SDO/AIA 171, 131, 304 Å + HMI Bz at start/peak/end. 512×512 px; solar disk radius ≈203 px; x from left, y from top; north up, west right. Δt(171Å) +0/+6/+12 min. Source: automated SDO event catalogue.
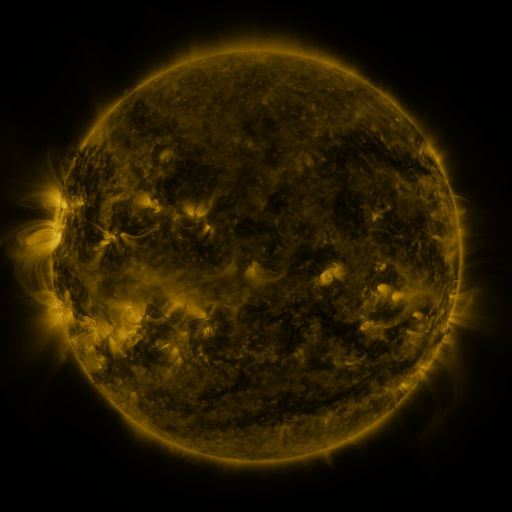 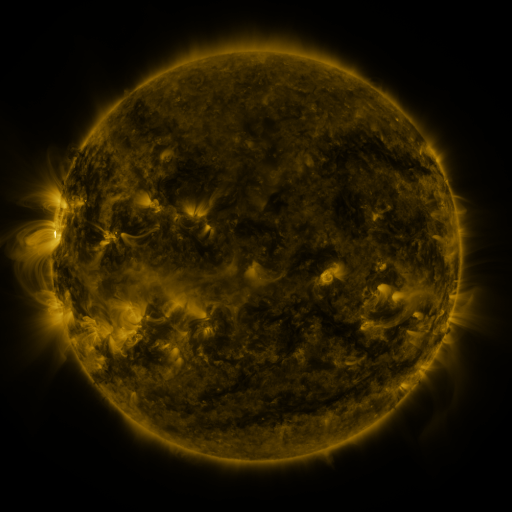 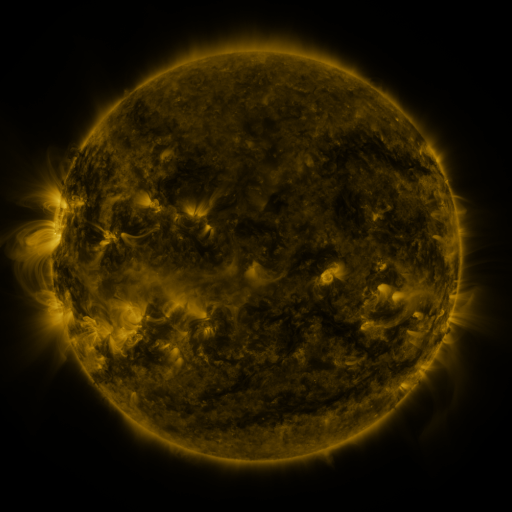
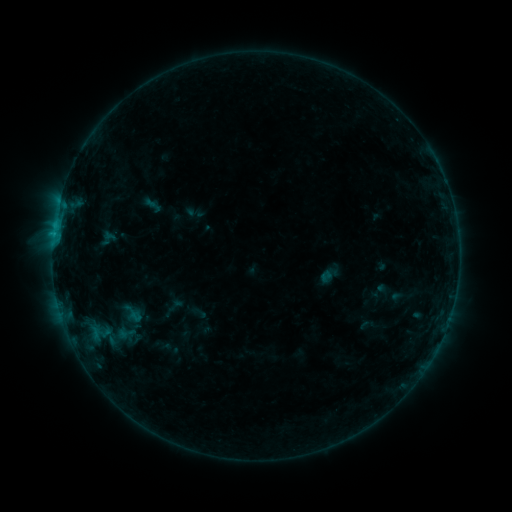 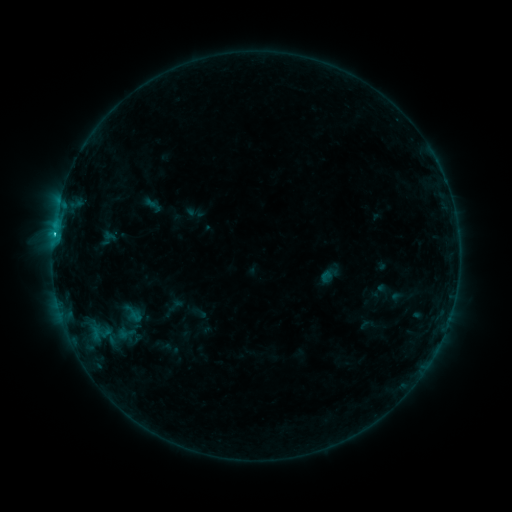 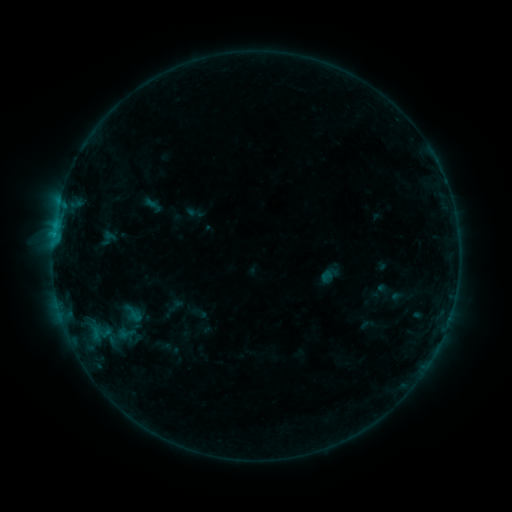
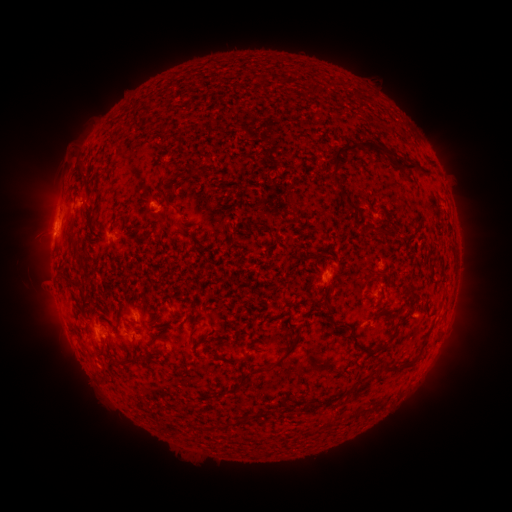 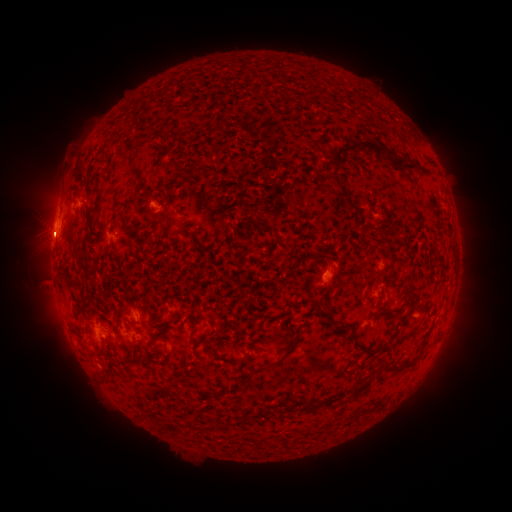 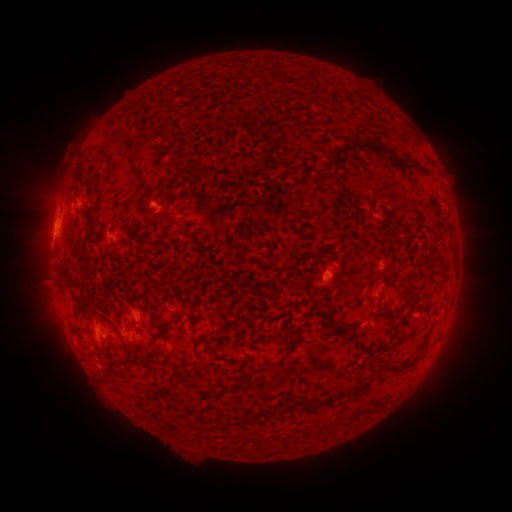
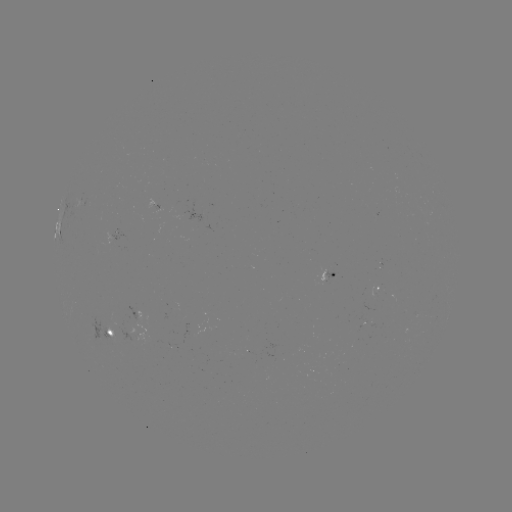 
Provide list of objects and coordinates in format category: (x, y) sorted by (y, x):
C1.2 flare: (53, 235)
